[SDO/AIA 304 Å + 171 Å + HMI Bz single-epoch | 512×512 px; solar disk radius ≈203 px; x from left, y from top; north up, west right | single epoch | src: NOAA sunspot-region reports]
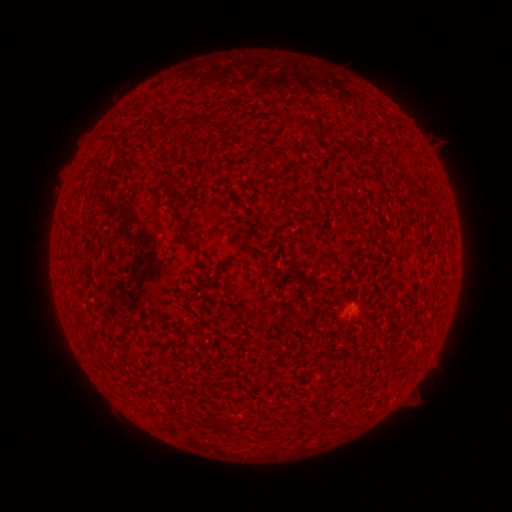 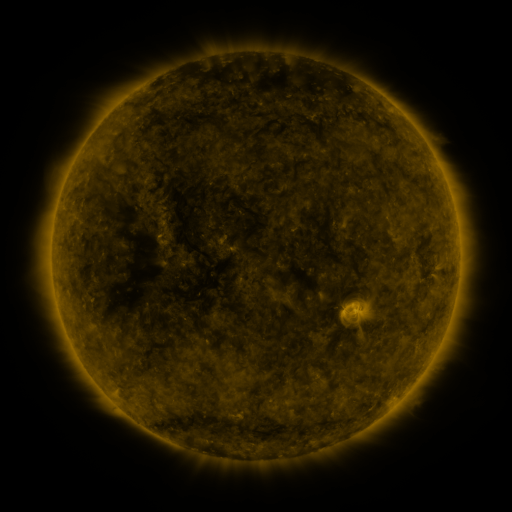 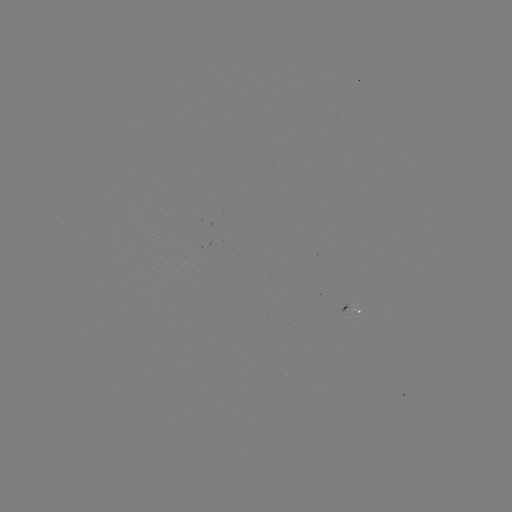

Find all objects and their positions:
spotted active region: (353, 304)
